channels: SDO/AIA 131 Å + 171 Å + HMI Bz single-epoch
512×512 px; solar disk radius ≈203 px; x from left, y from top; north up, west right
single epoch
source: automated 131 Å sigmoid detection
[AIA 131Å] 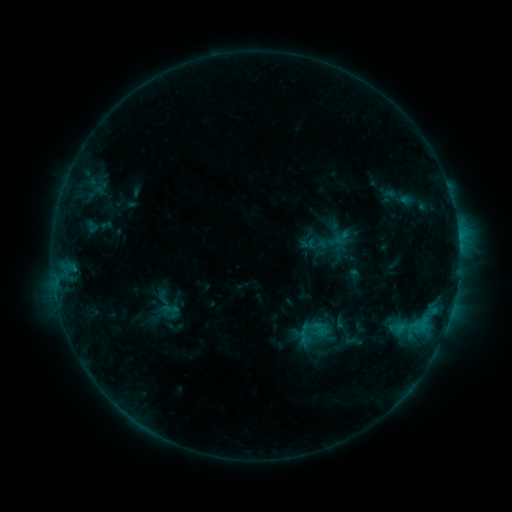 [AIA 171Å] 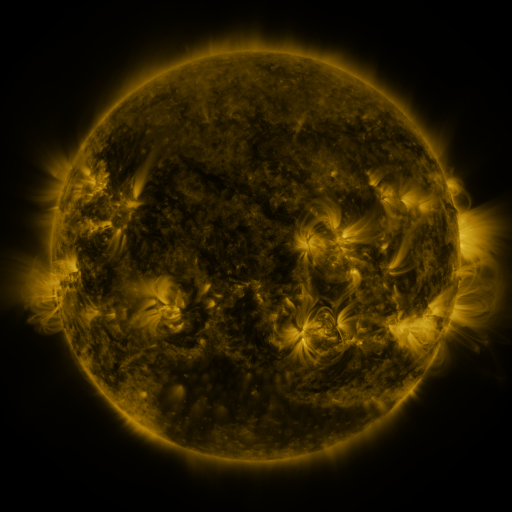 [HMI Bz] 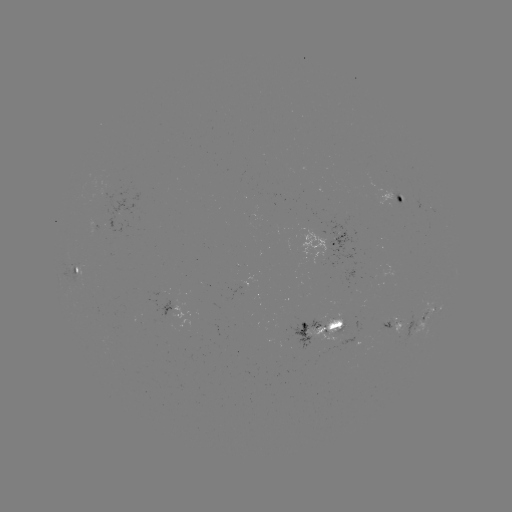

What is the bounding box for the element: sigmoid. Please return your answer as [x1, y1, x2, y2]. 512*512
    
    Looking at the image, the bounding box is [143, 285, 189, 323].